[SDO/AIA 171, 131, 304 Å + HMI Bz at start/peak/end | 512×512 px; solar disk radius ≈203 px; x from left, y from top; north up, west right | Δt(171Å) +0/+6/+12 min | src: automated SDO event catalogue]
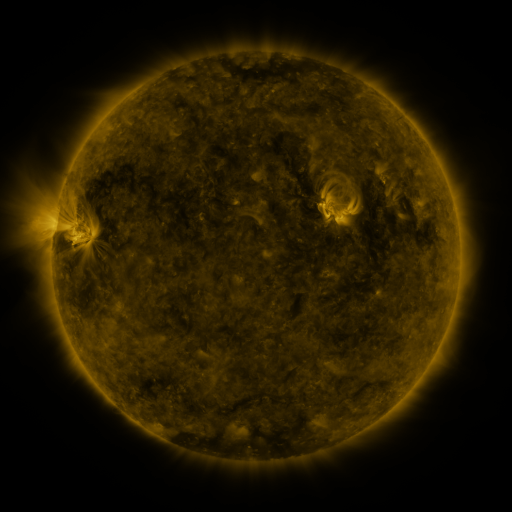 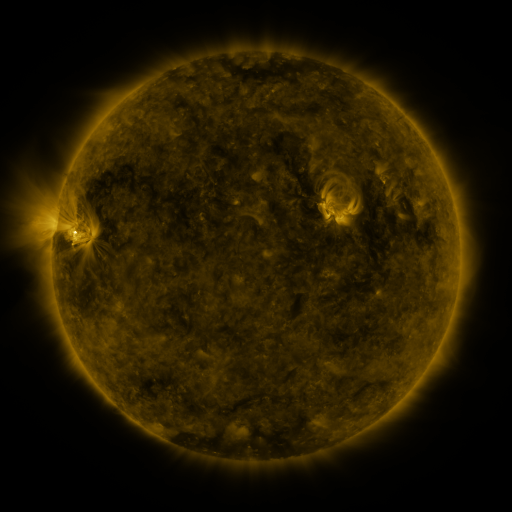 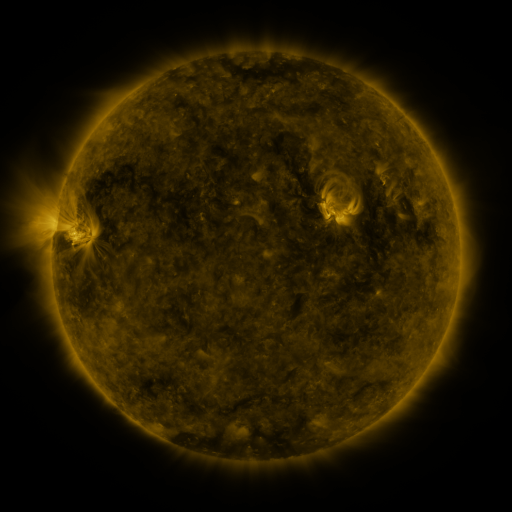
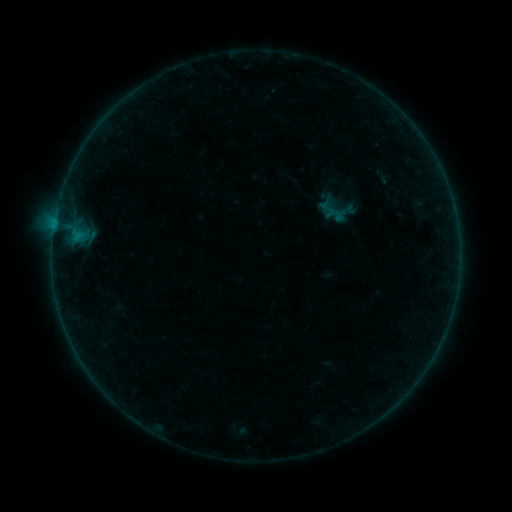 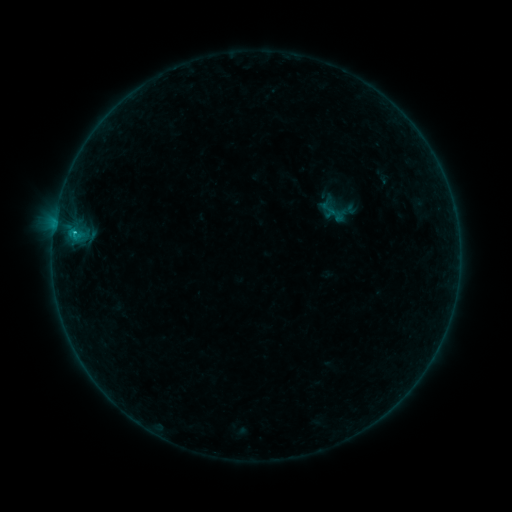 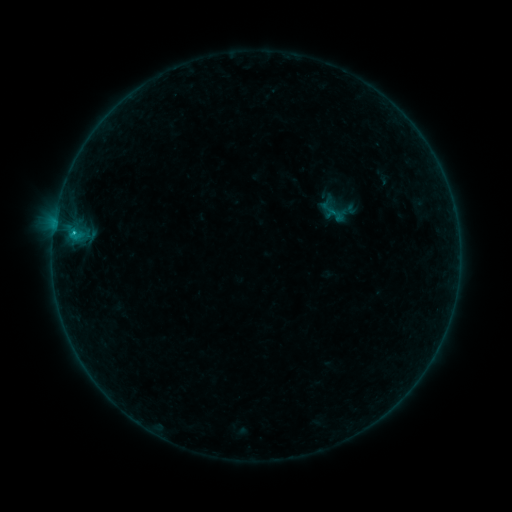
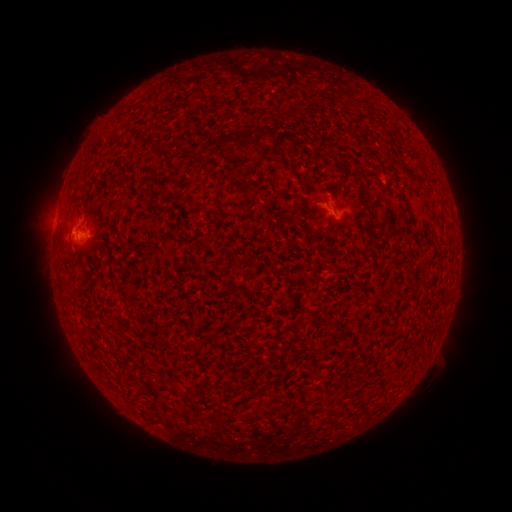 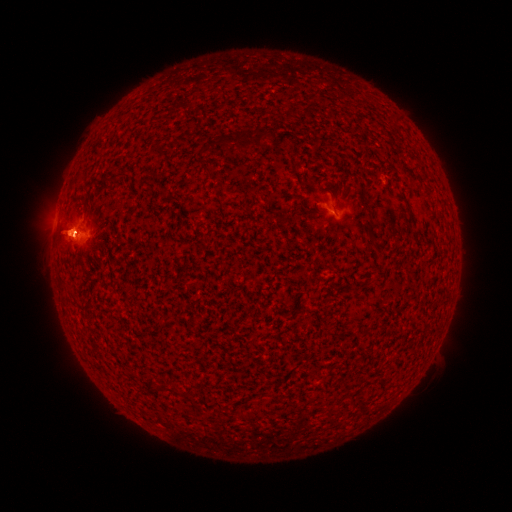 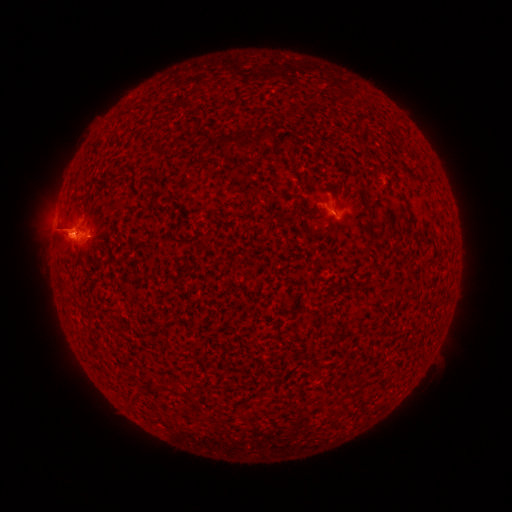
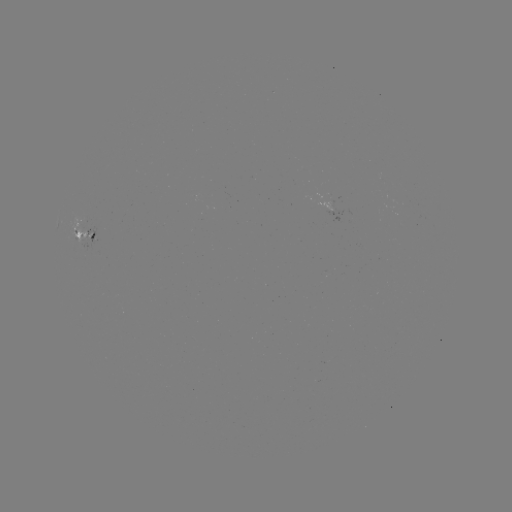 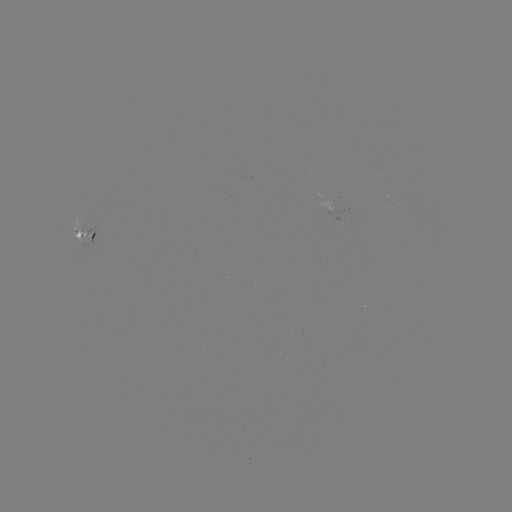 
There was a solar eruption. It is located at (63, 232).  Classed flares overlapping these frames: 1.